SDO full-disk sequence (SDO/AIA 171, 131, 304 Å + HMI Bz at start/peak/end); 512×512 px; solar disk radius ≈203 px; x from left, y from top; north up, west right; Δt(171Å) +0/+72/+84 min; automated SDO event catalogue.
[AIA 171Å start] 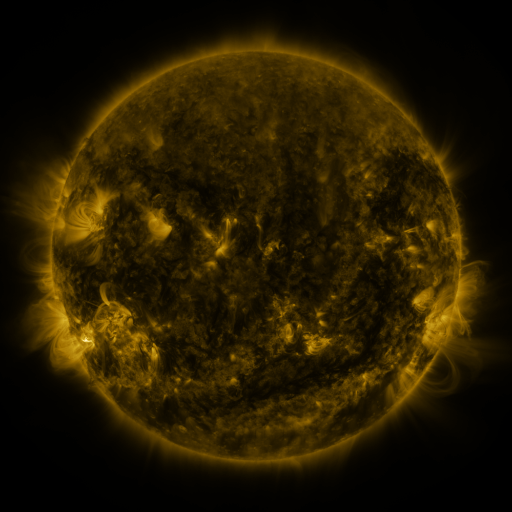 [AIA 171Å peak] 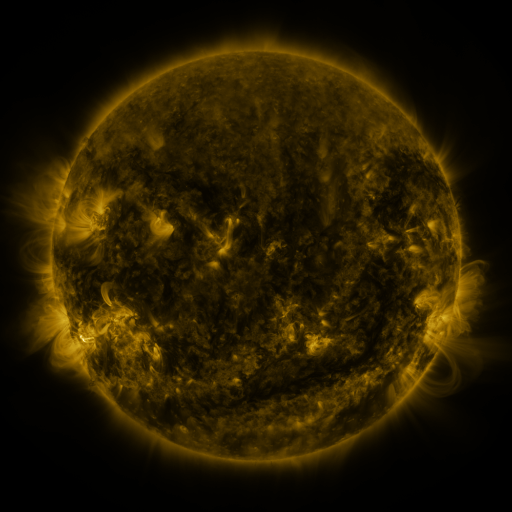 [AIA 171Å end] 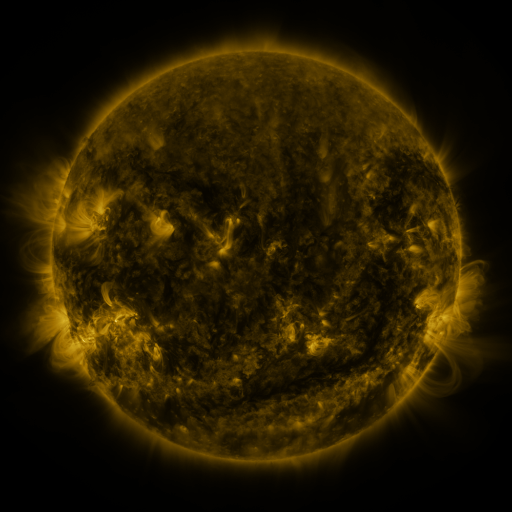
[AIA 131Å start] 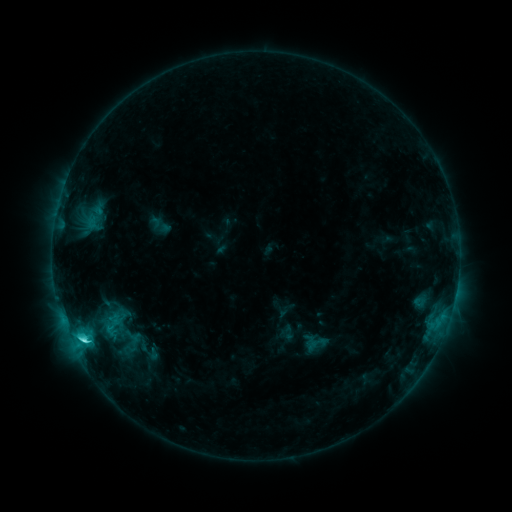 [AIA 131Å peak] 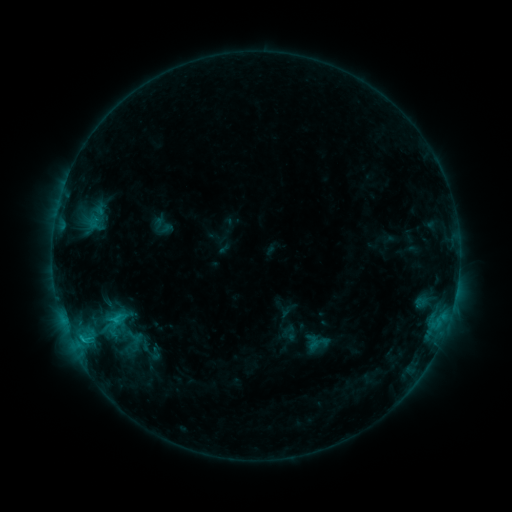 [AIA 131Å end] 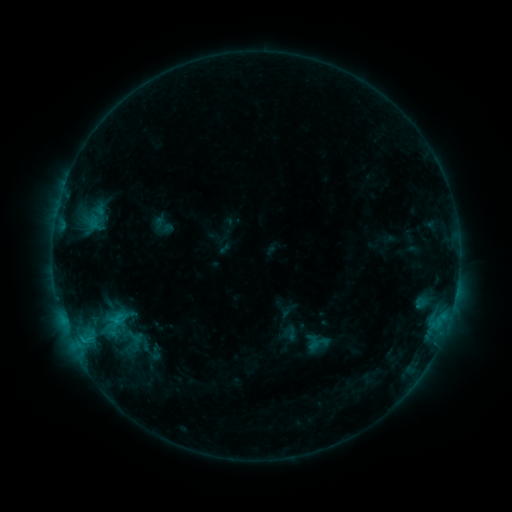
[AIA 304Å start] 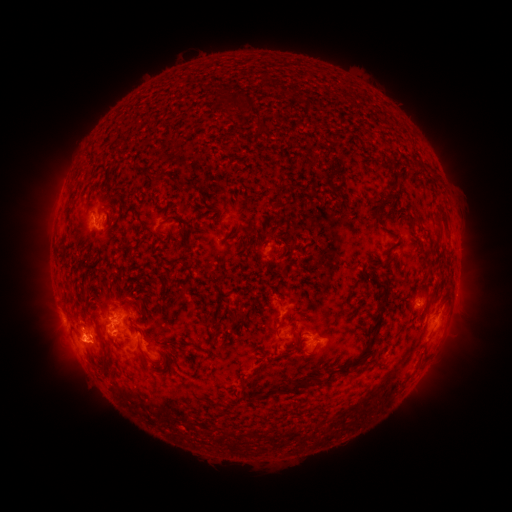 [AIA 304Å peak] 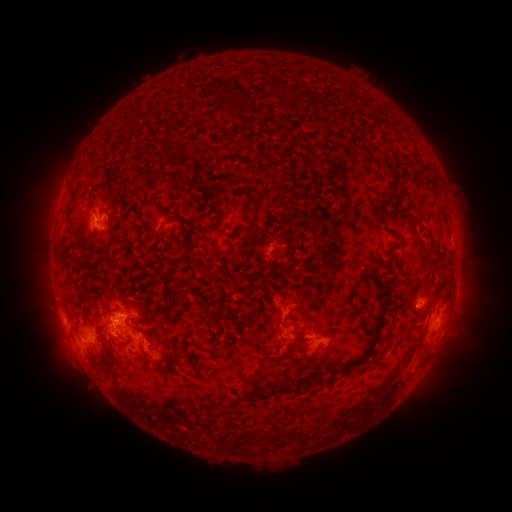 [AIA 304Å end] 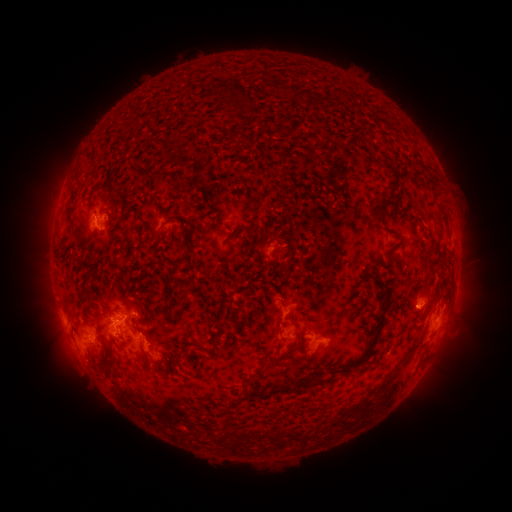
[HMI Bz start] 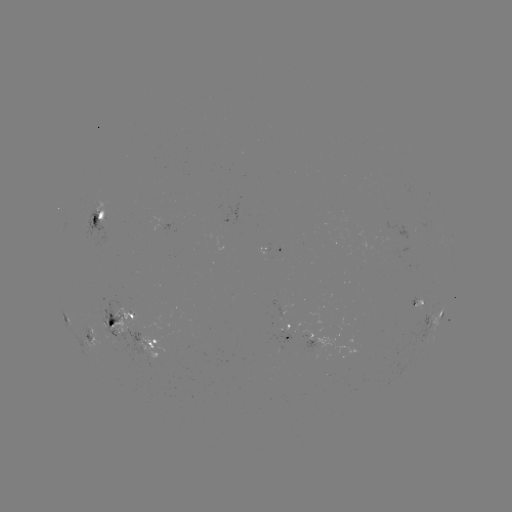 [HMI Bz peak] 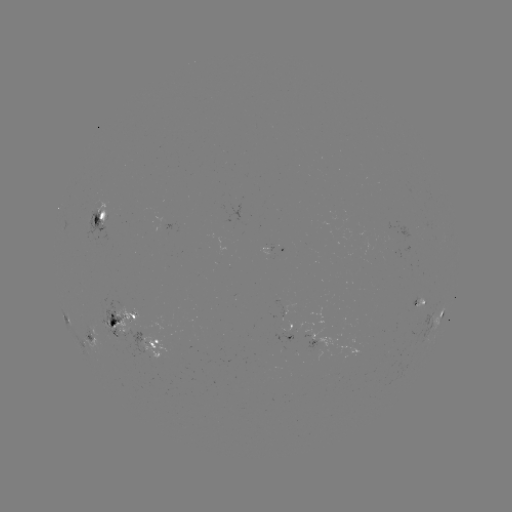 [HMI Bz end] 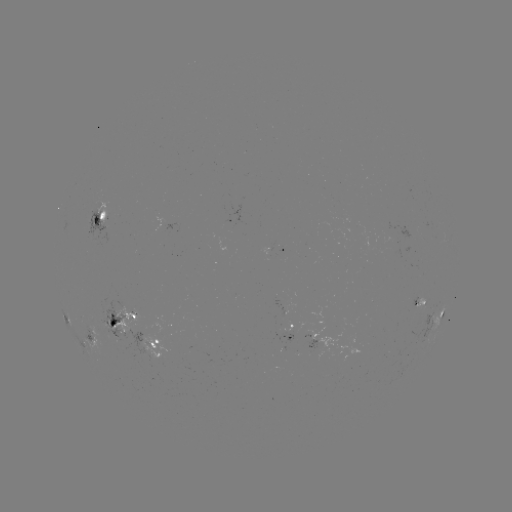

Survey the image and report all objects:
emerging-flux region: (231, 223)
